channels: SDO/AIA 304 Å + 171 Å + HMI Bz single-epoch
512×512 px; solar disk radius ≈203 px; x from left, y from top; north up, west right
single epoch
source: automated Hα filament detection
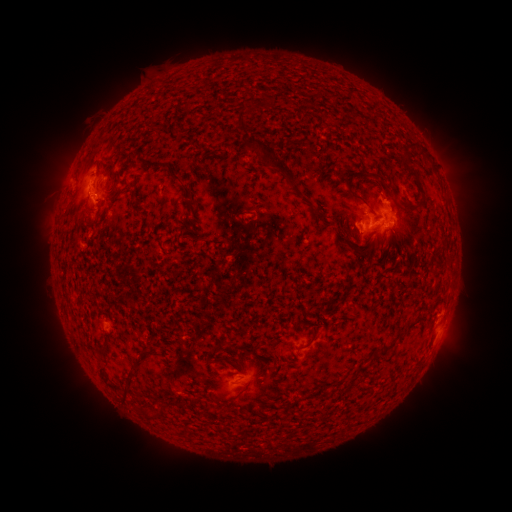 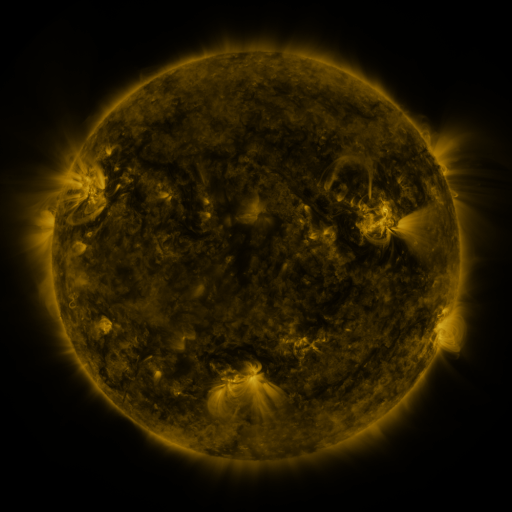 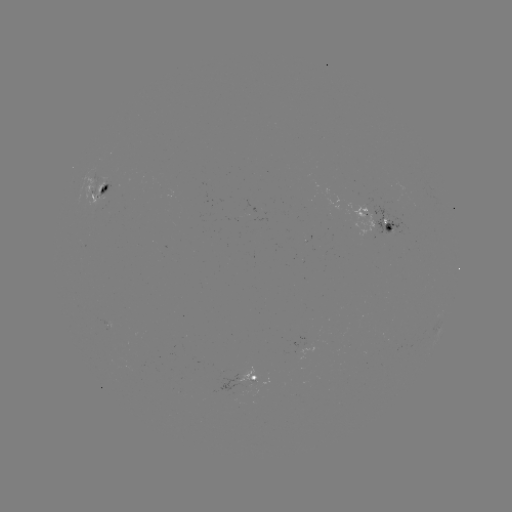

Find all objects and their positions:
filament: (236, 112, 249, 132)
filament: (245, 136, 297, 187)
filament: (285, 139, 301, 149)
filament: (405, 142, 424, 157)
filament: (107, 159, 117, 172)
filament: (406, 169, 424, 197)
filament: (341, 174, 357, 197)
filament: (377, 178, 386, 188)
filament: (180, 183, 193, 199)
filament: (398, 201, 414, 211)
filament: (313, 209, 323, 217)
filament: (236, 210, 256, 216)
filament: (386, 233, 393, 250)
filament: (306, 329, 316, 347)
filament: (381, 342, 390, 352)
filament: (215, 355, 226, 363)
filament: (96, 363, 118, 392)
filament: (345, 365, 367, 382)
filament: (119, 373, 134, 403)
filament: (141, 407, 154, 419)
